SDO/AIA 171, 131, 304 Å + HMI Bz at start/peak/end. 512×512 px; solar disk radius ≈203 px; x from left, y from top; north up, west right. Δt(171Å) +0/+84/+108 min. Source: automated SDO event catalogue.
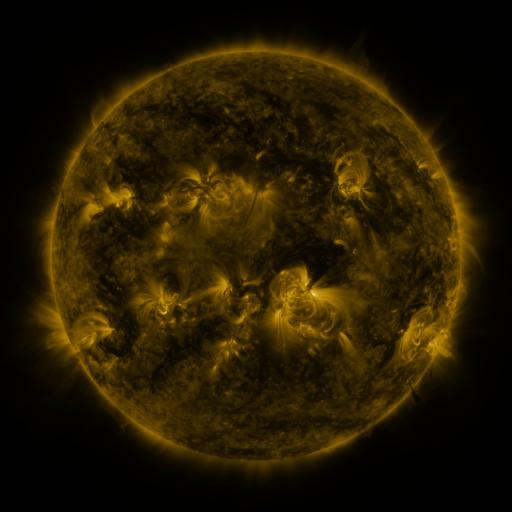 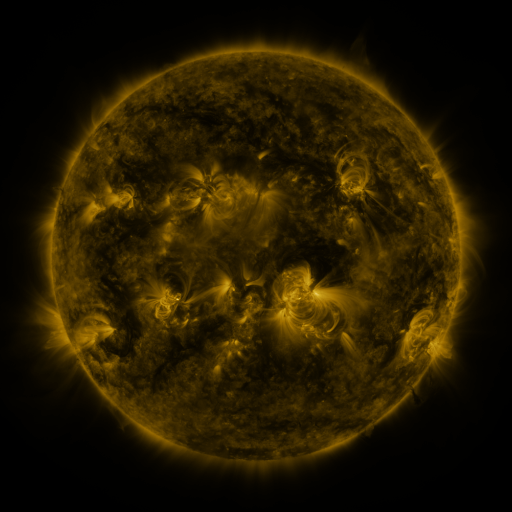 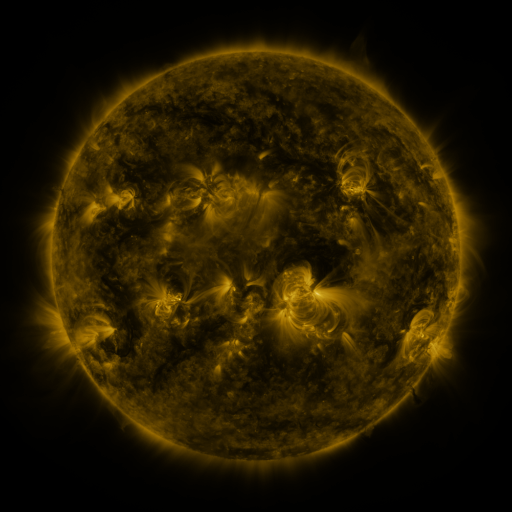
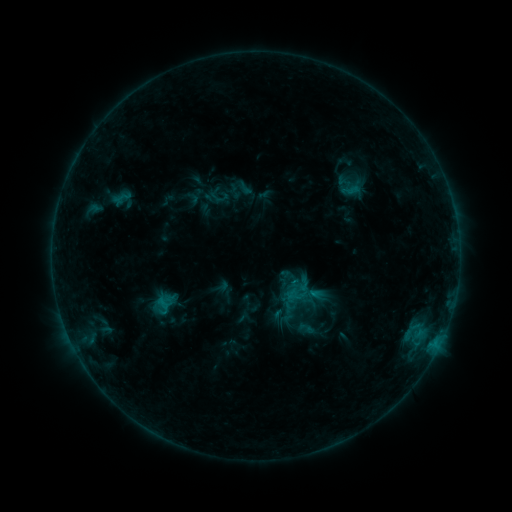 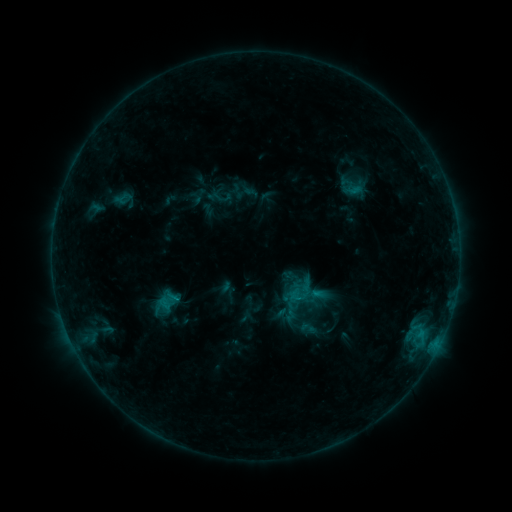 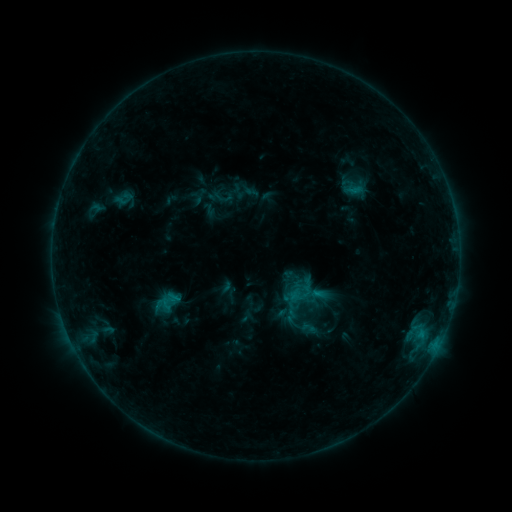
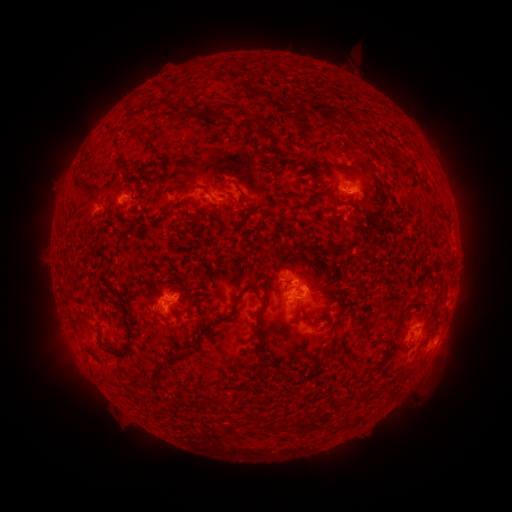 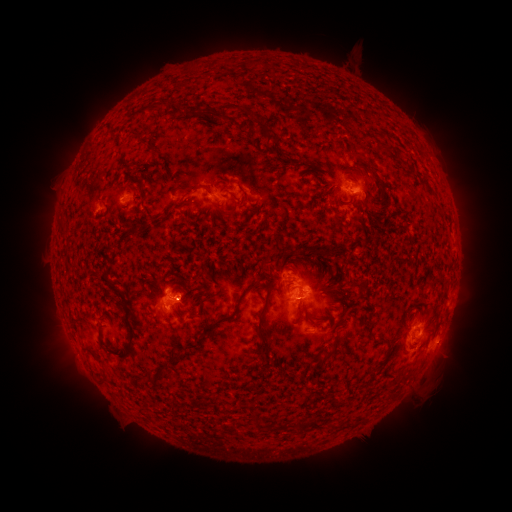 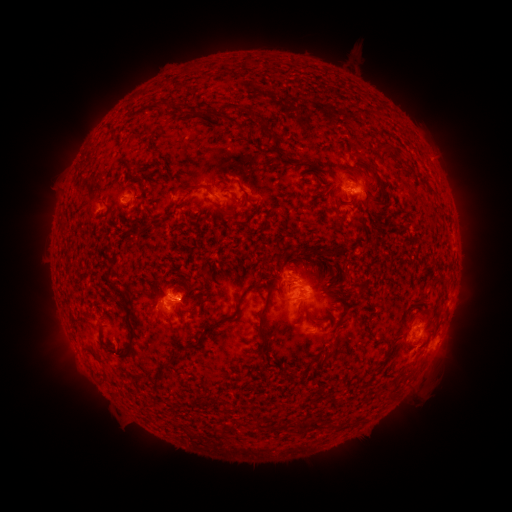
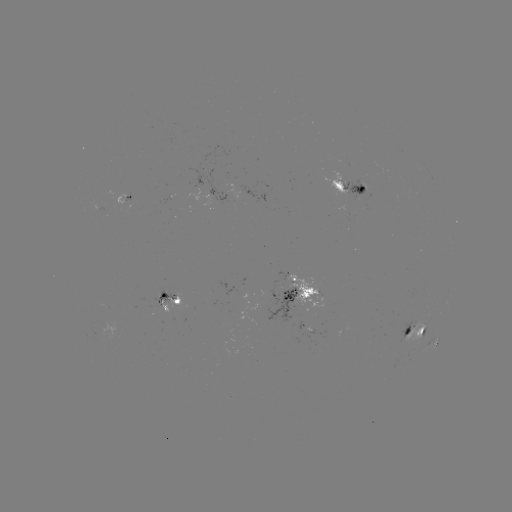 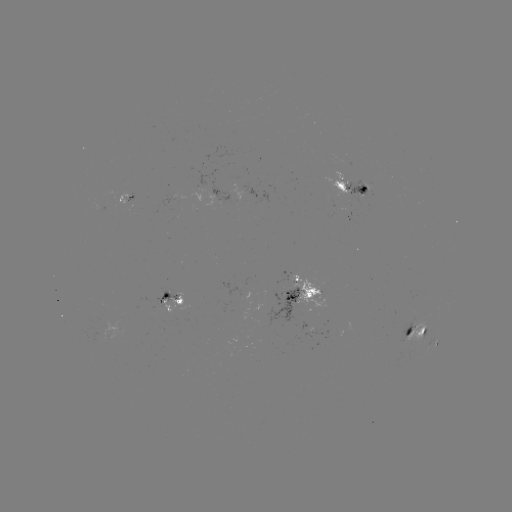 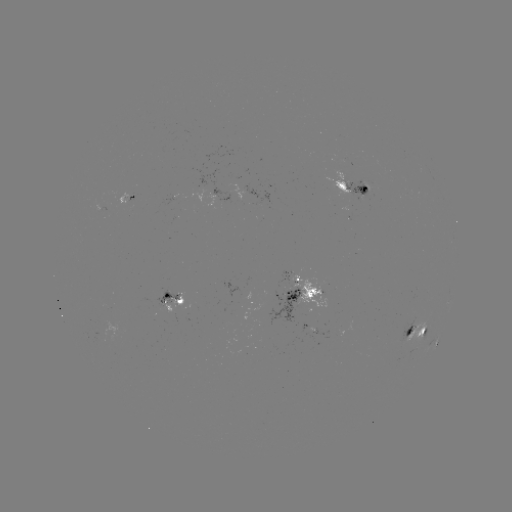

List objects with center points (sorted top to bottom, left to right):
emerging-flux region: (176, 304)
